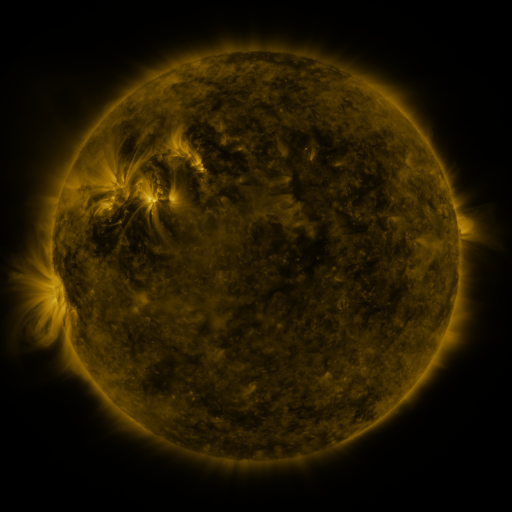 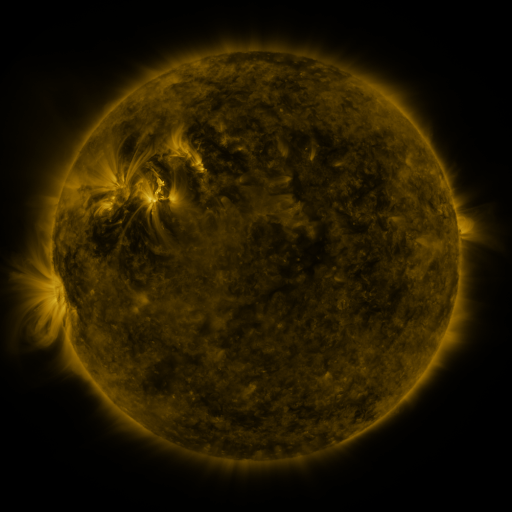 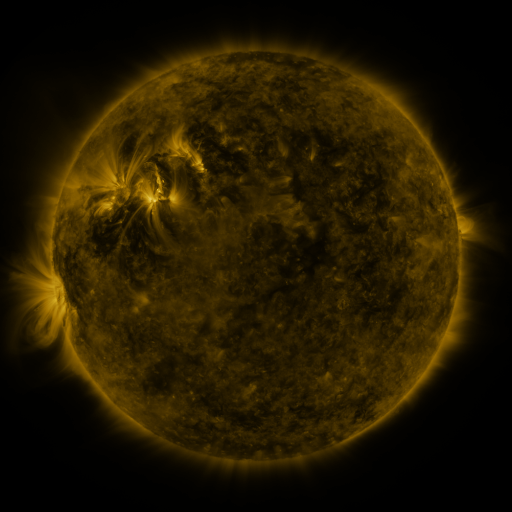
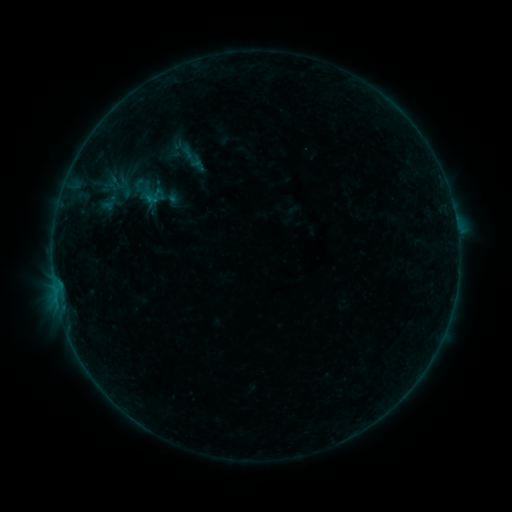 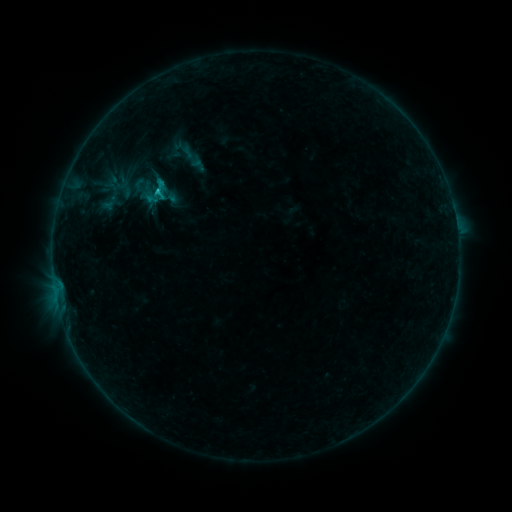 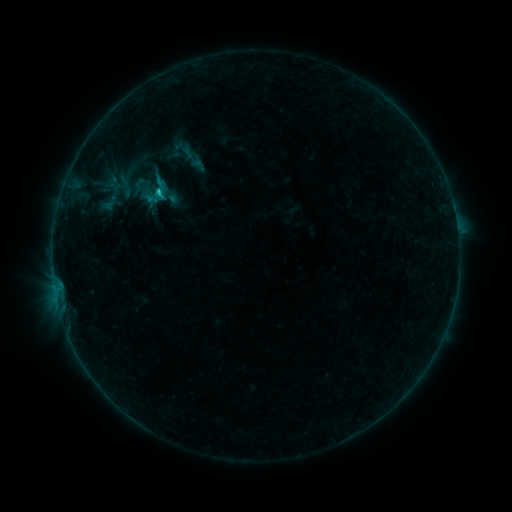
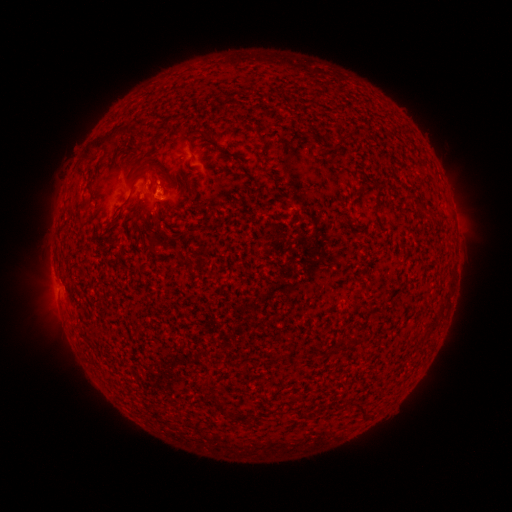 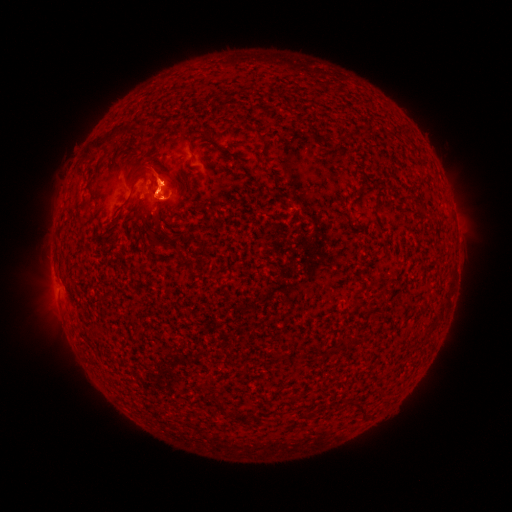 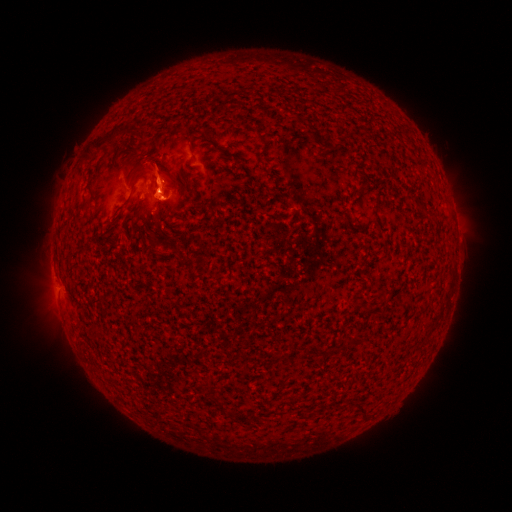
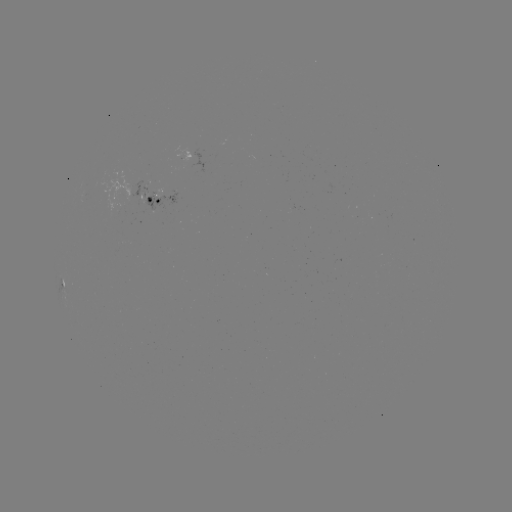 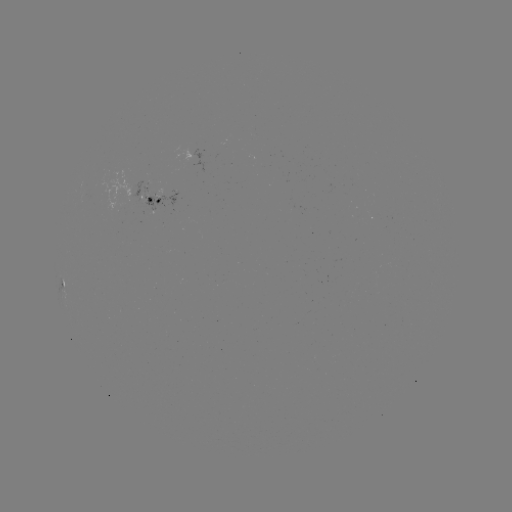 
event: eruption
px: (158, 178)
